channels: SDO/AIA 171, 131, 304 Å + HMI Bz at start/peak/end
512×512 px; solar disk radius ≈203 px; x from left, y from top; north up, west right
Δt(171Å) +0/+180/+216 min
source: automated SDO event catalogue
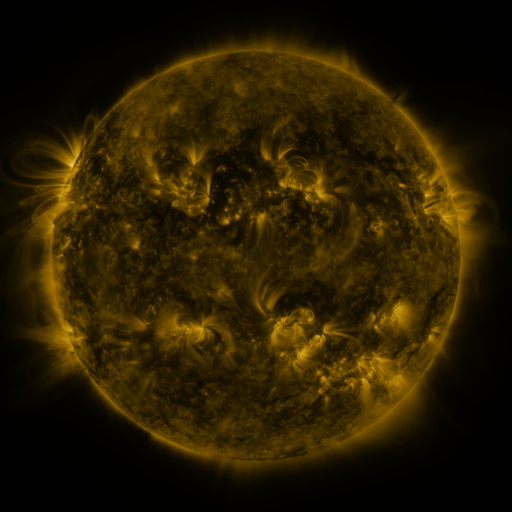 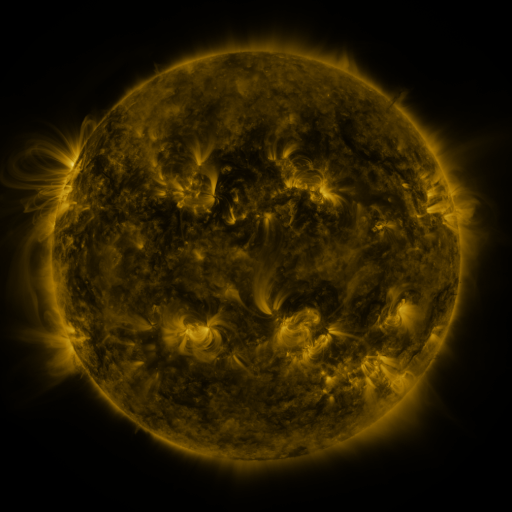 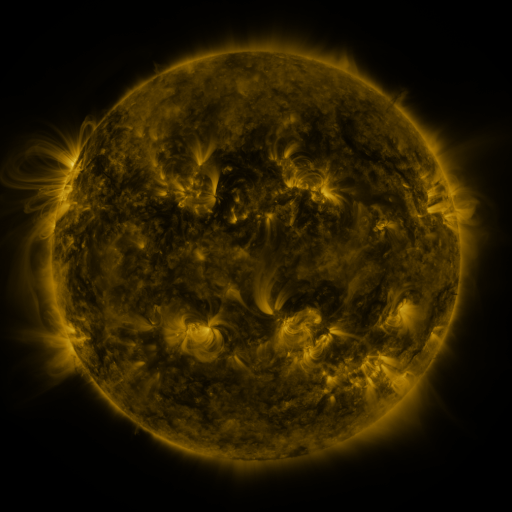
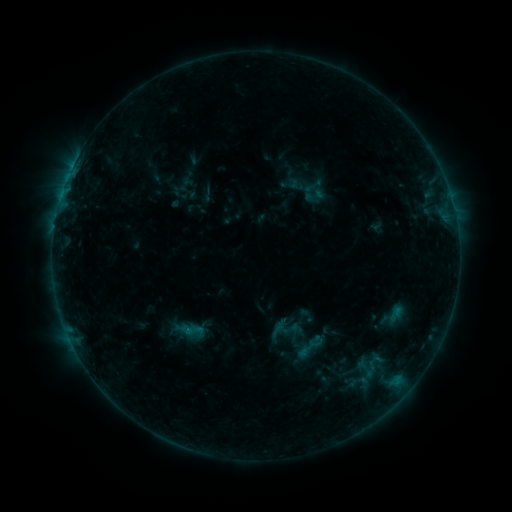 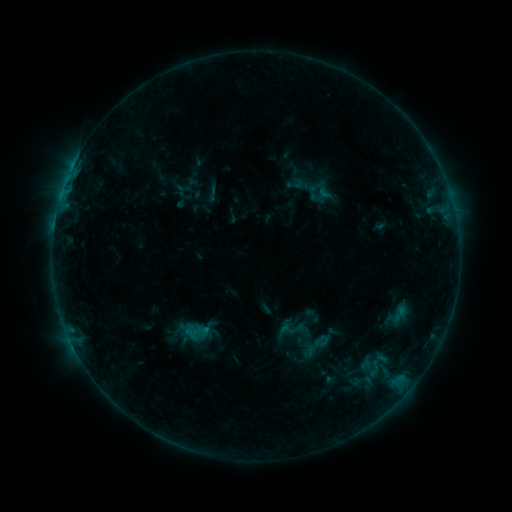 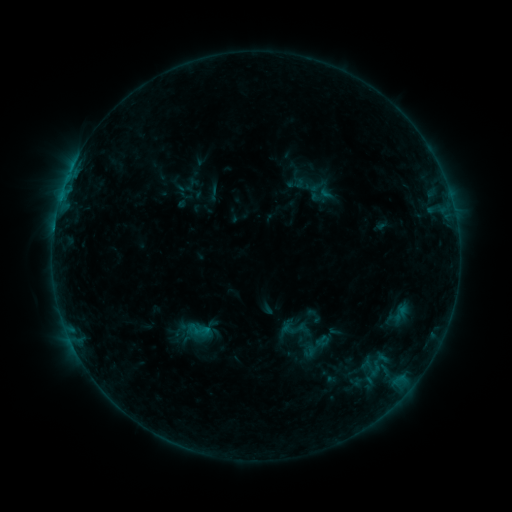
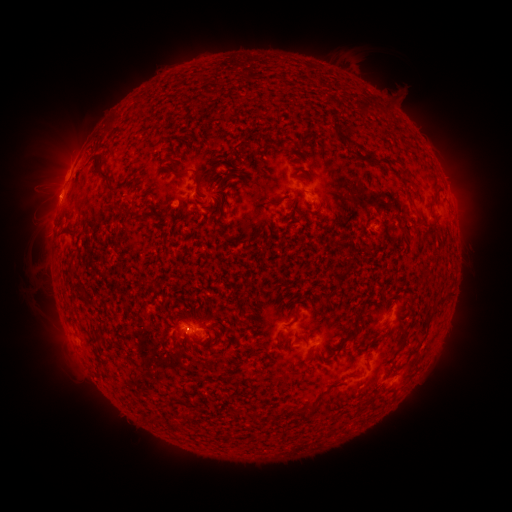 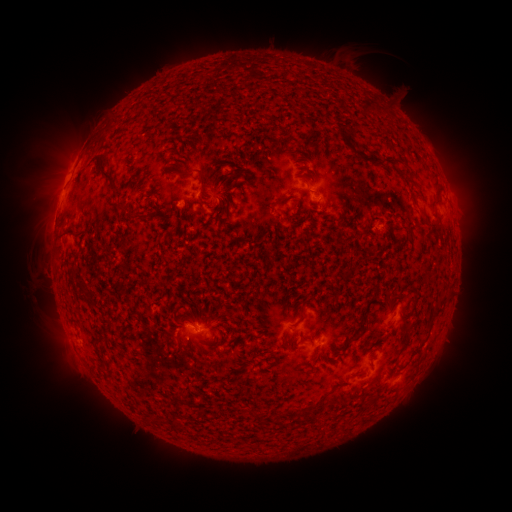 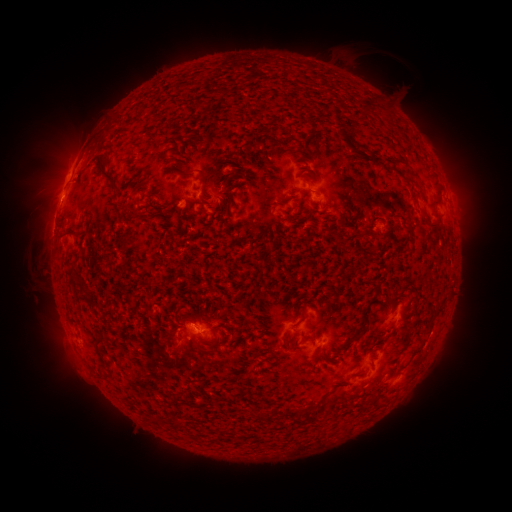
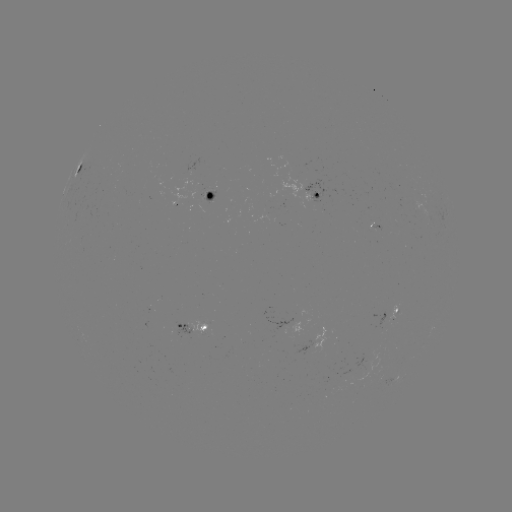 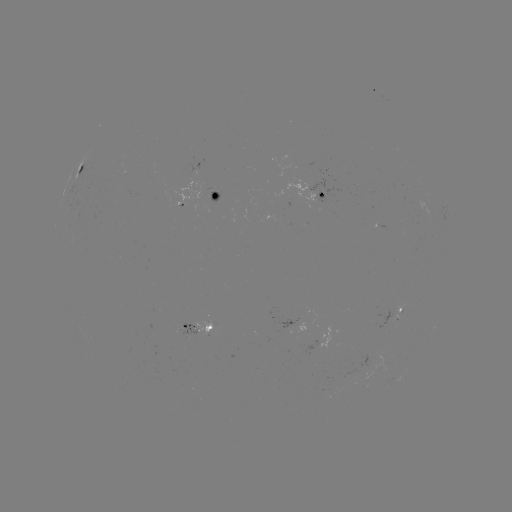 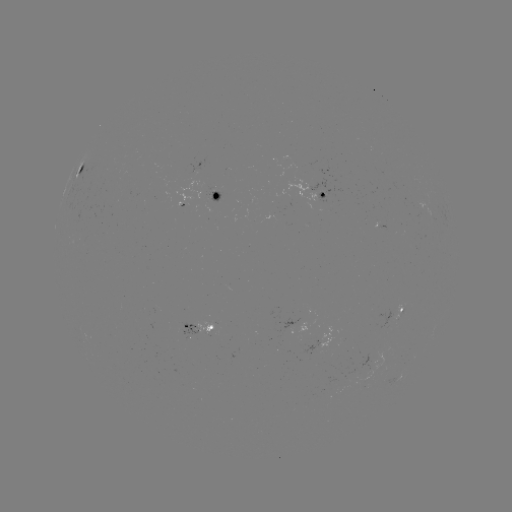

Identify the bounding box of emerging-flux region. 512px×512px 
[212, 323, 217, 335].